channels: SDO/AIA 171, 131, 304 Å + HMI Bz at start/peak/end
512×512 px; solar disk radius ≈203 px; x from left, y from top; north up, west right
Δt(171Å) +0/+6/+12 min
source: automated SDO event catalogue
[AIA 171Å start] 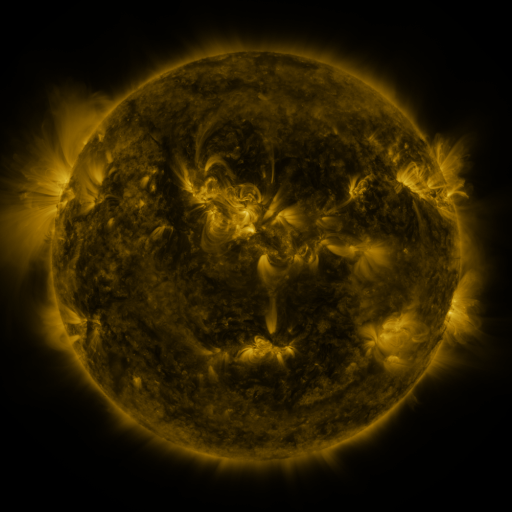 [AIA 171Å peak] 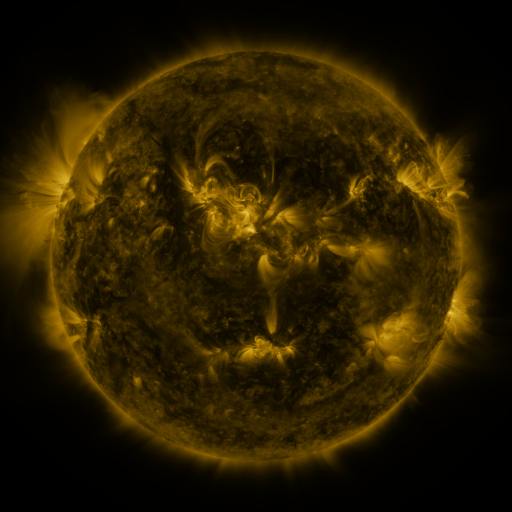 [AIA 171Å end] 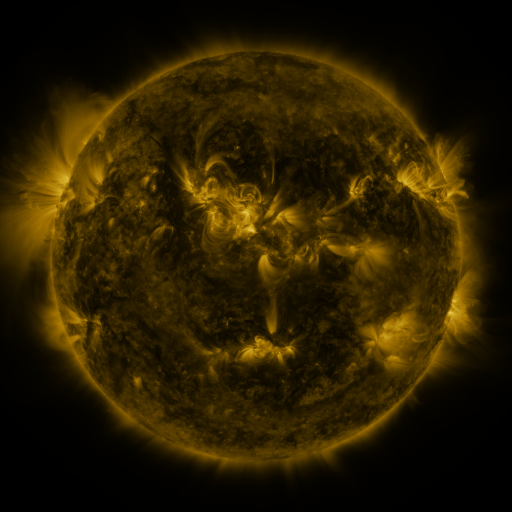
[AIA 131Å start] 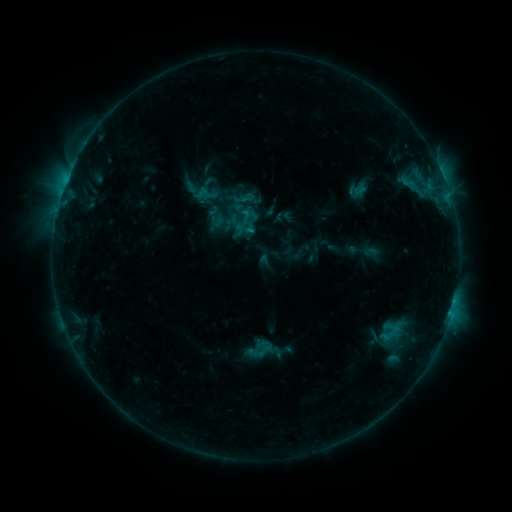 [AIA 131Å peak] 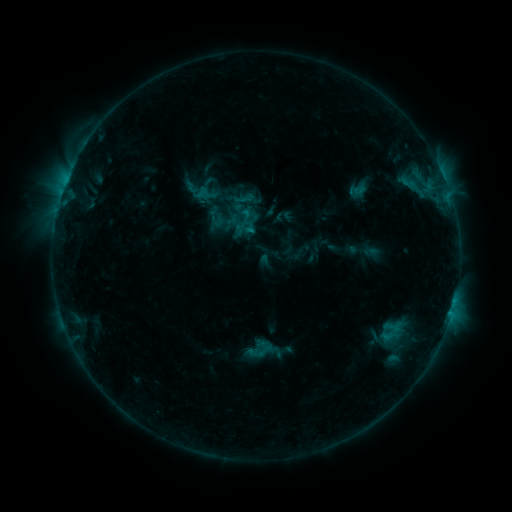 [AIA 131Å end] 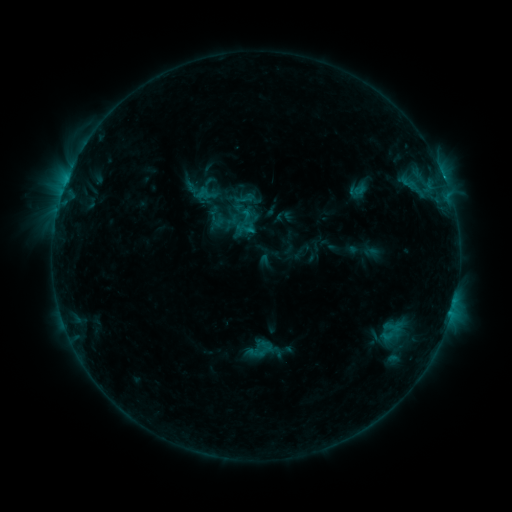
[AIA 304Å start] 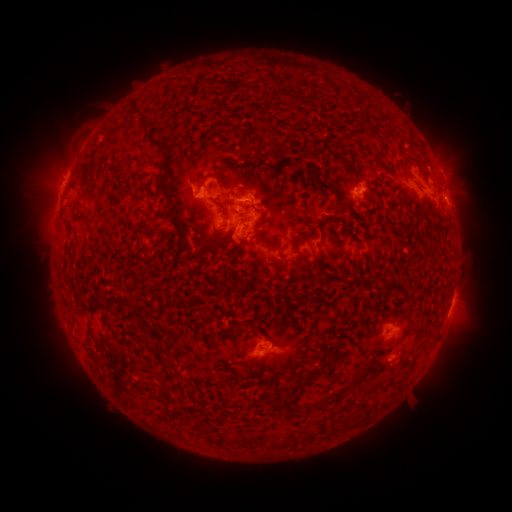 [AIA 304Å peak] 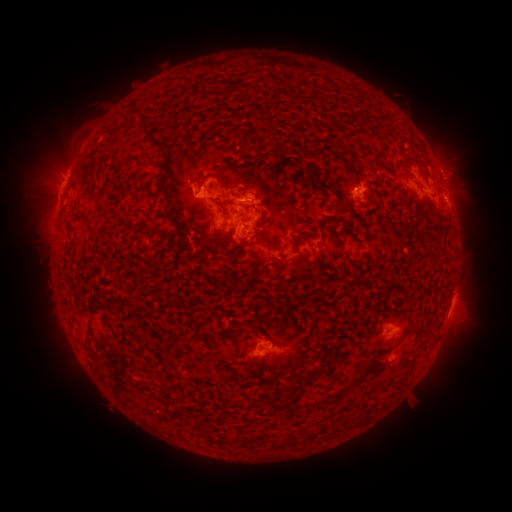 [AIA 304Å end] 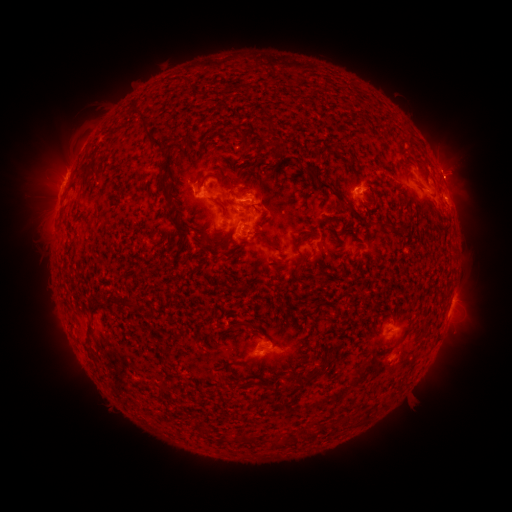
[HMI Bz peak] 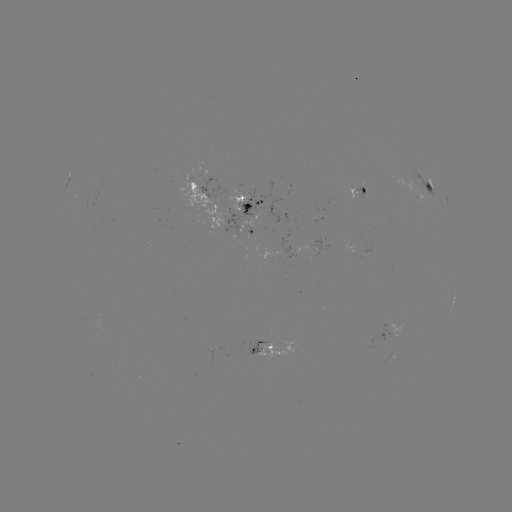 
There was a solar flare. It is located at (195, 192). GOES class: C1.2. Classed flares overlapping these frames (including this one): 1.